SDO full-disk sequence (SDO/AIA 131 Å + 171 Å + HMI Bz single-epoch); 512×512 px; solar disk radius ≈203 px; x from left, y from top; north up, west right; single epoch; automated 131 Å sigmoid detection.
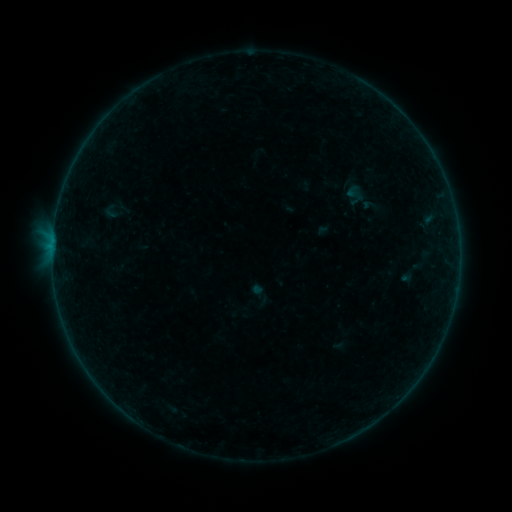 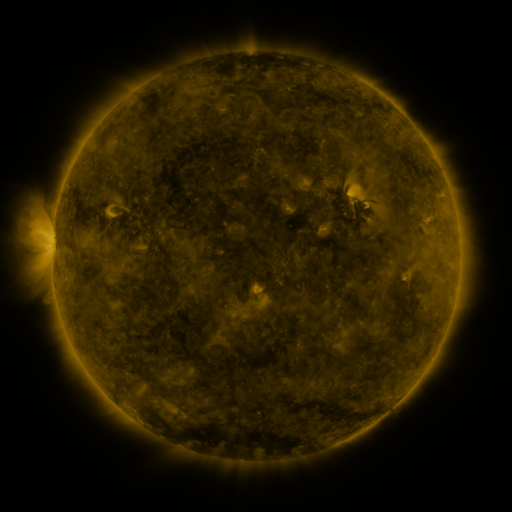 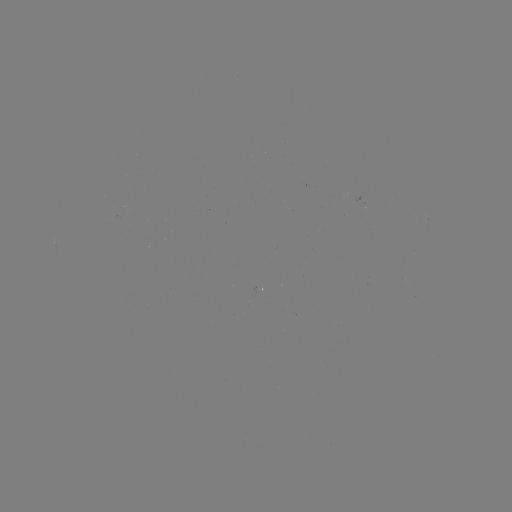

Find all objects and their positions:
sigmoid: [102, 203, 119, 220]
